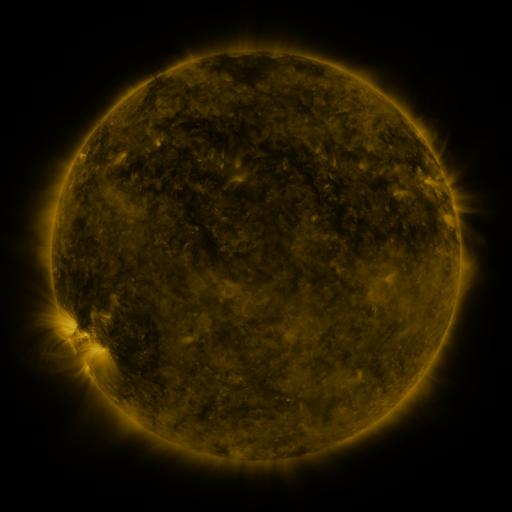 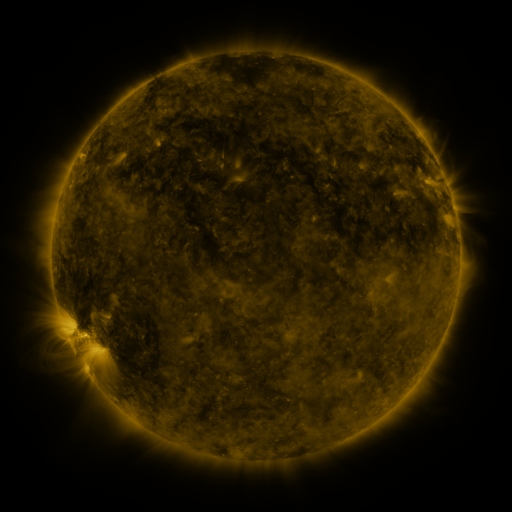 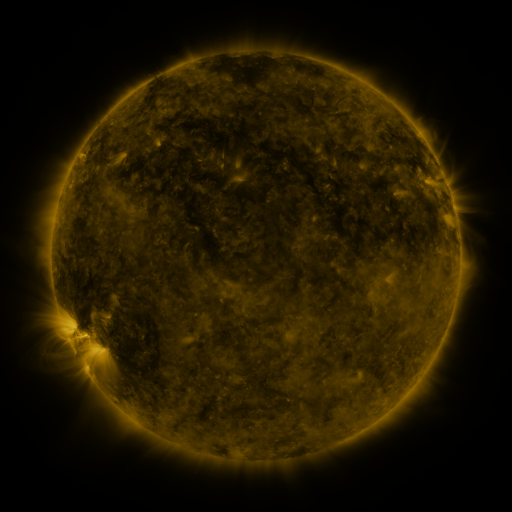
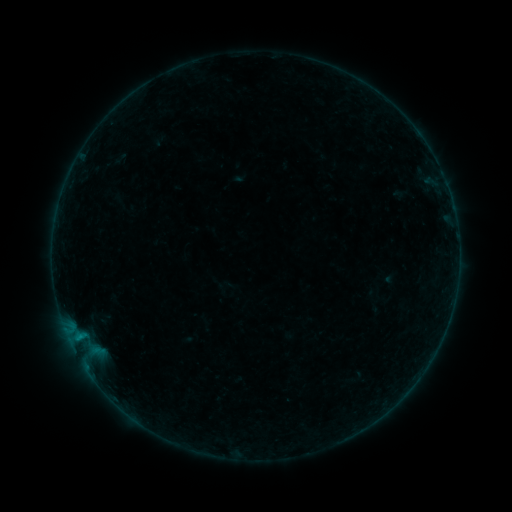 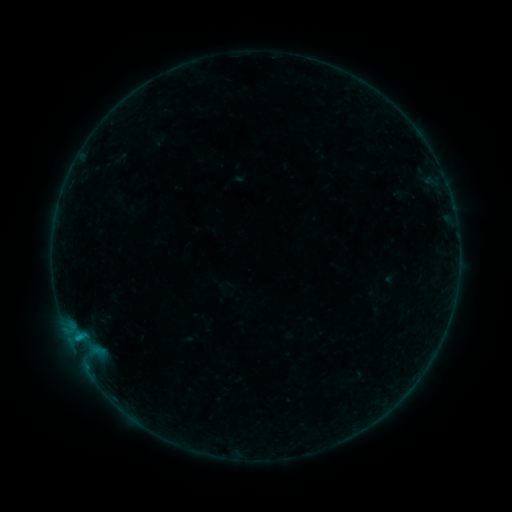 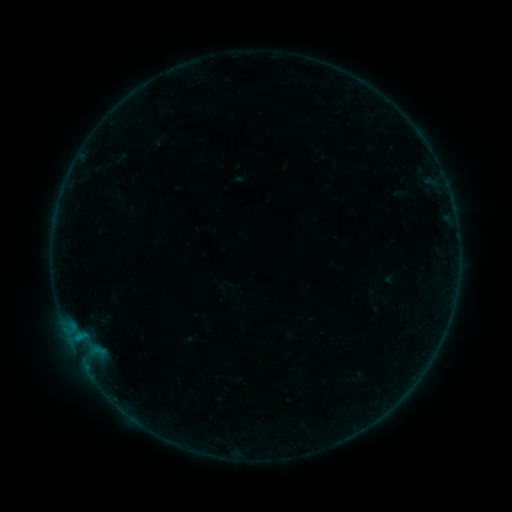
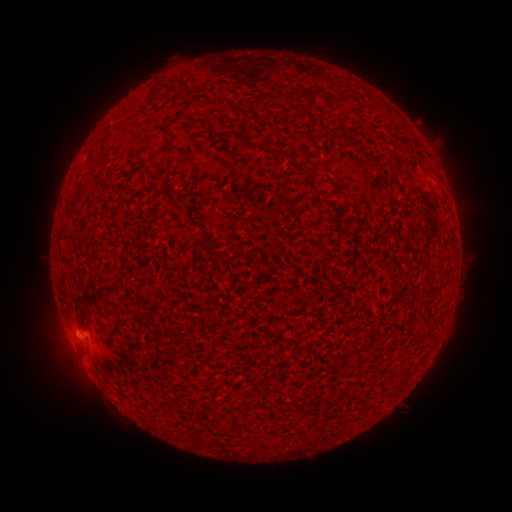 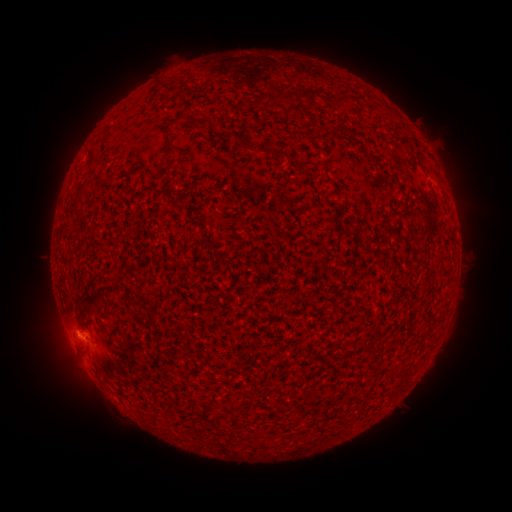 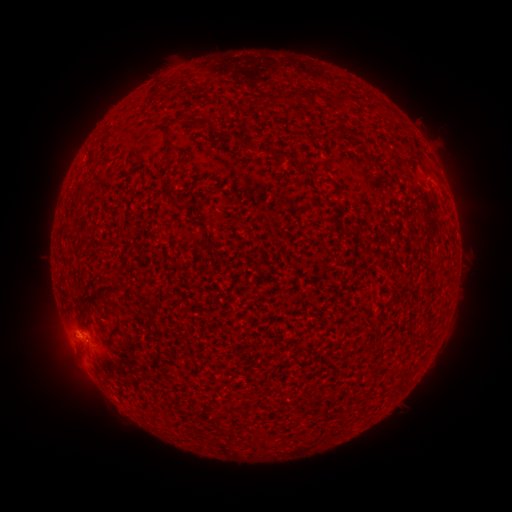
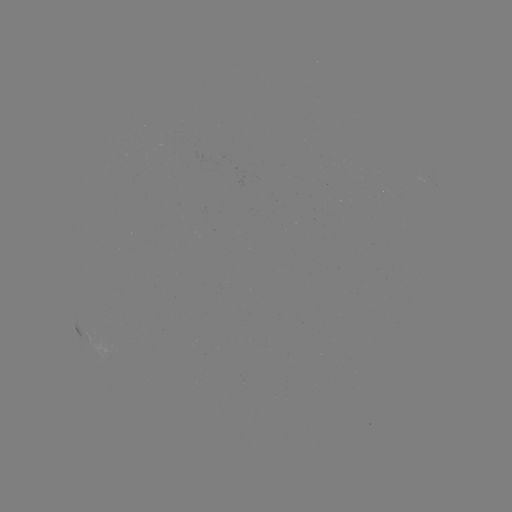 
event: flare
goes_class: B3.2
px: (83, 340)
